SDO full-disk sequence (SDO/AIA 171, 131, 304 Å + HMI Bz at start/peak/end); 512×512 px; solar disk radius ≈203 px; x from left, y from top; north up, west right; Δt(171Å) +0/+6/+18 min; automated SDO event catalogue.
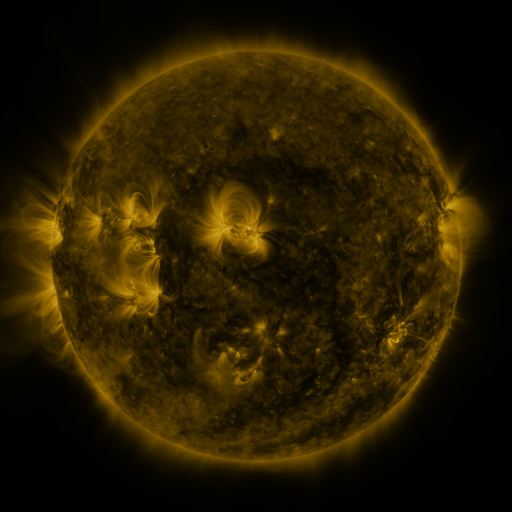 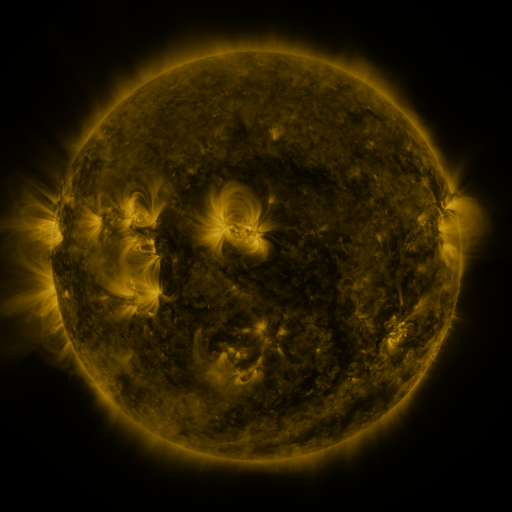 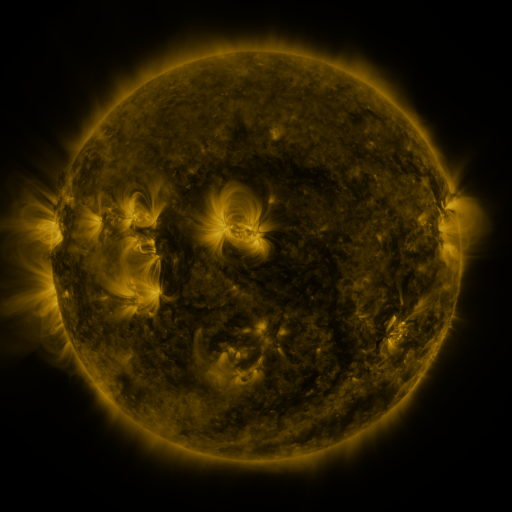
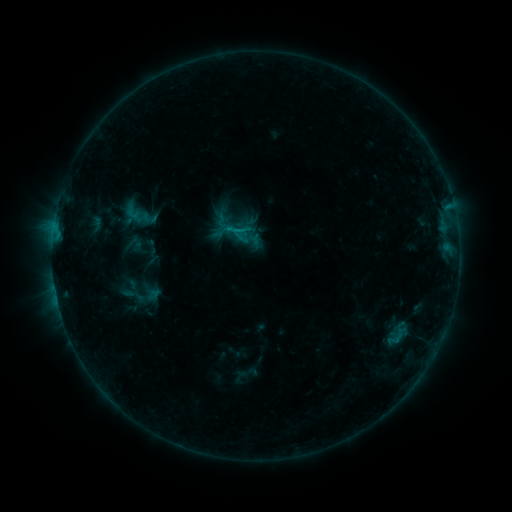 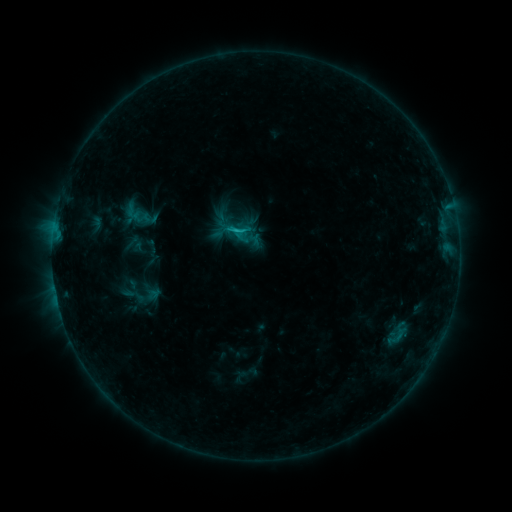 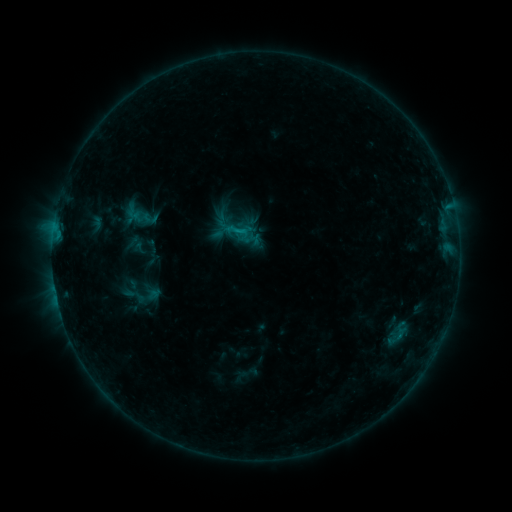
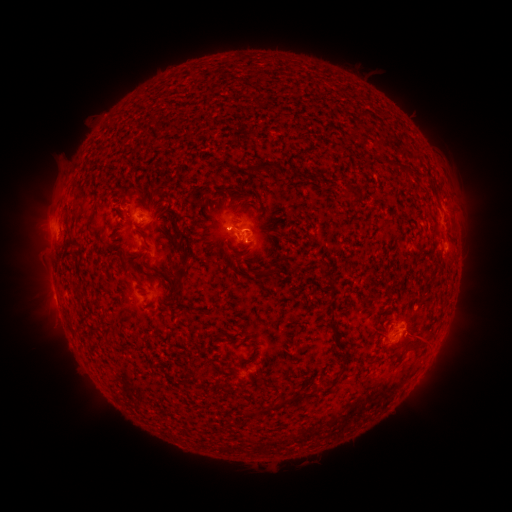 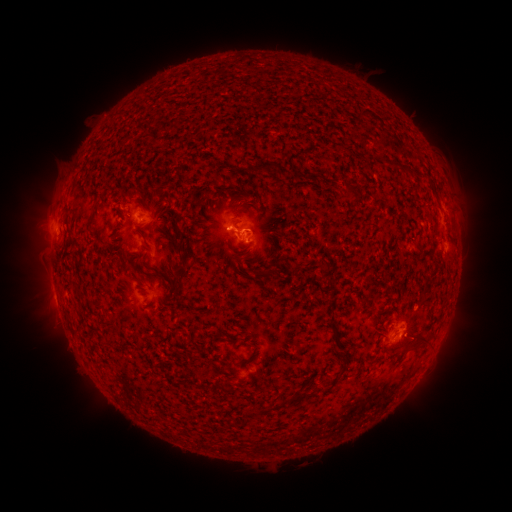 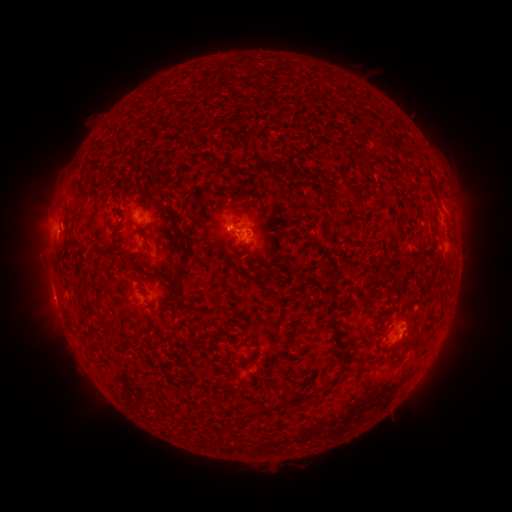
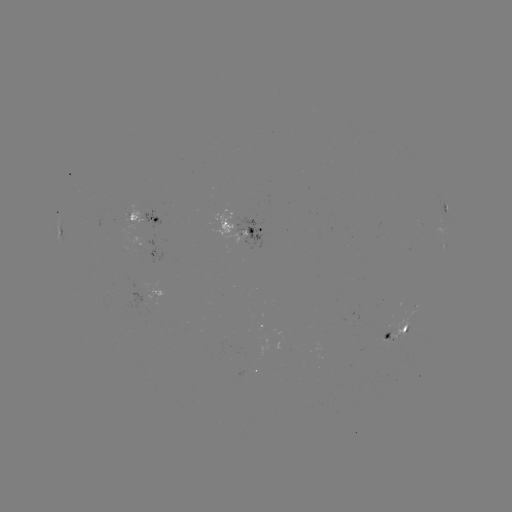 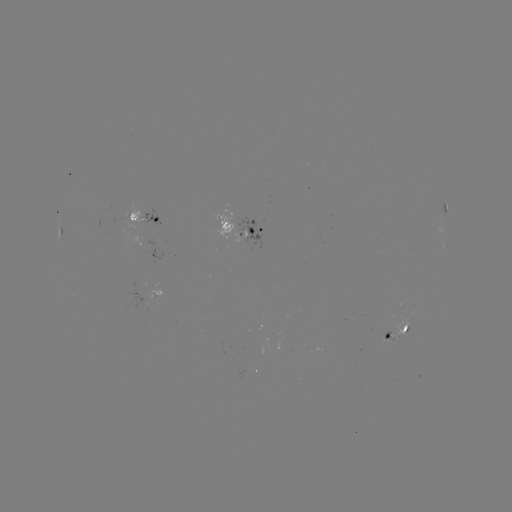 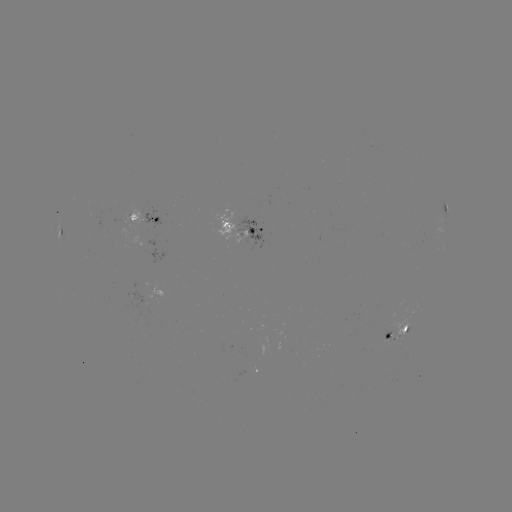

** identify B8.4 flare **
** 238,233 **